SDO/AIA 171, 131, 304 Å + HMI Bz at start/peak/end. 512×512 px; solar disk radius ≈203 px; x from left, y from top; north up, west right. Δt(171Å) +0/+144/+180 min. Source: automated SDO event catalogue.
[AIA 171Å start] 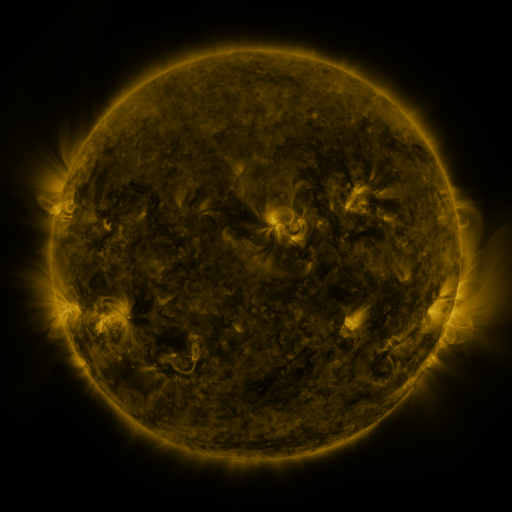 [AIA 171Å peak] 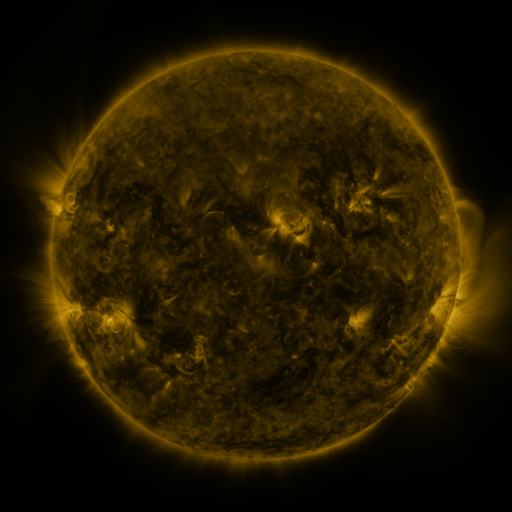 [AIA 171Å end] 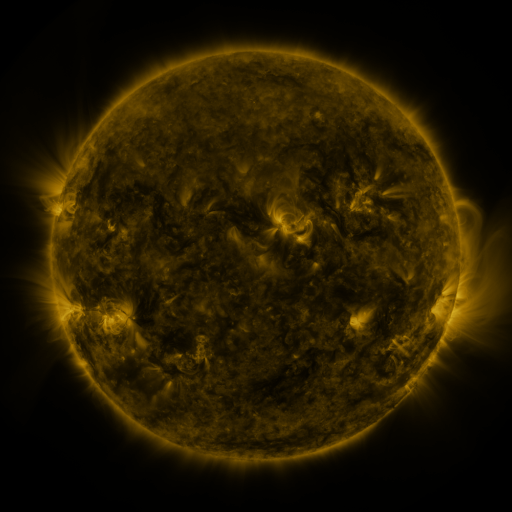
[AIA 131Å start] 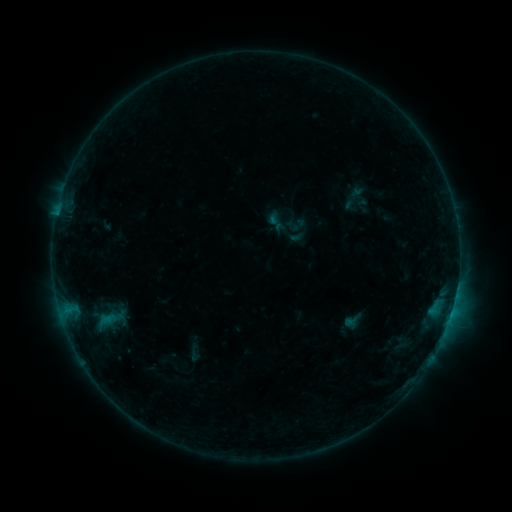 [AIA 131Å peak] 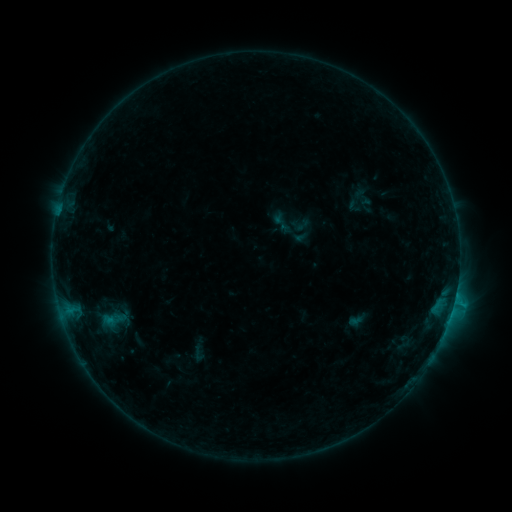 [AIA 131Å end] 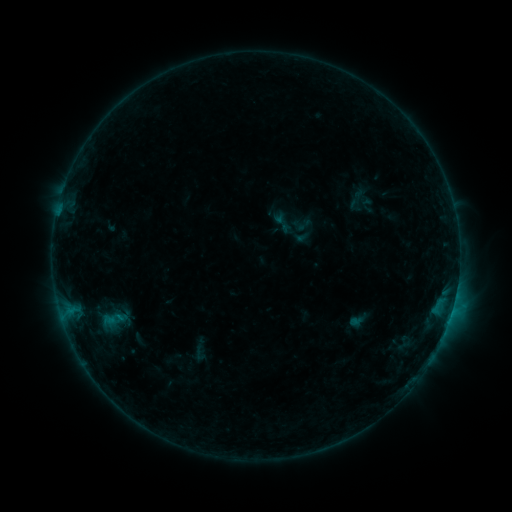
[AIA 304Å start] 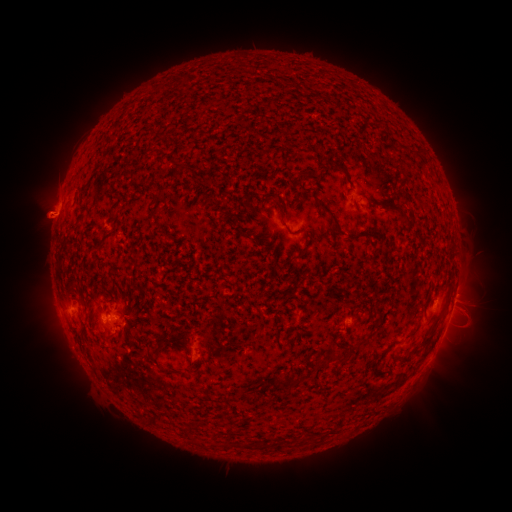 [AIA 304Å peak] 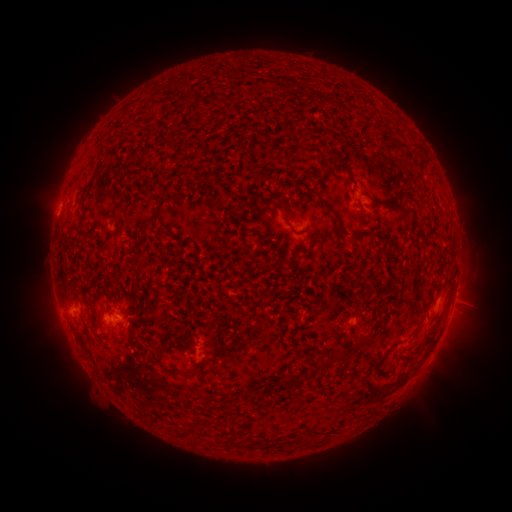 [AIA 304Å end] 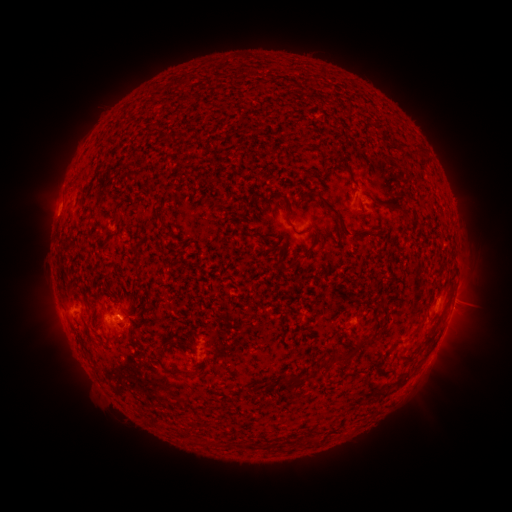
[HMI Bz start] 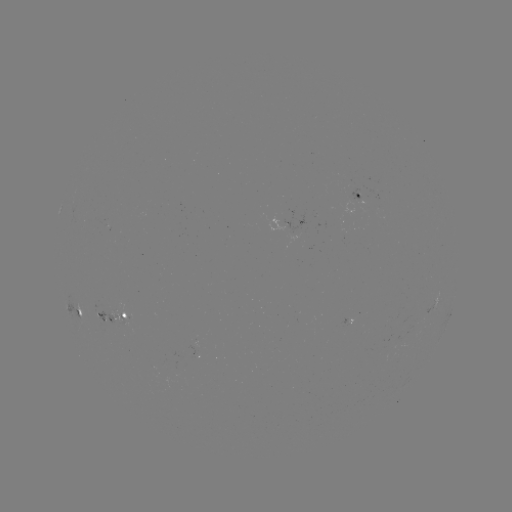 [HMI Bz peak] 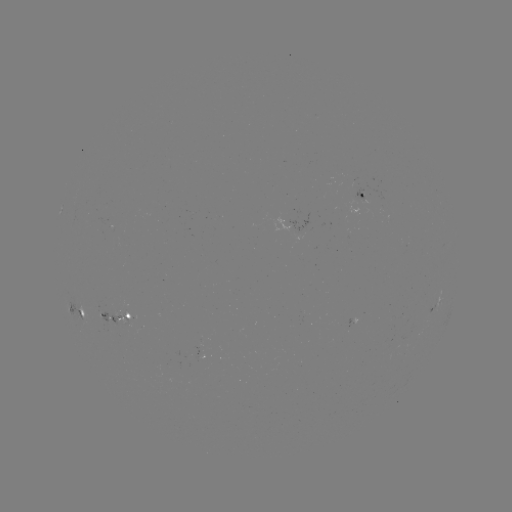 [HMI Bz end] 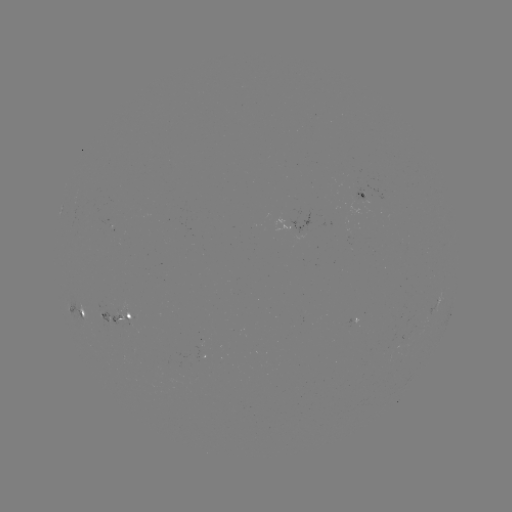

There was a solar emerging-flux region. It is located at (199, 351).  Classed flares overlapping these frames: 1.